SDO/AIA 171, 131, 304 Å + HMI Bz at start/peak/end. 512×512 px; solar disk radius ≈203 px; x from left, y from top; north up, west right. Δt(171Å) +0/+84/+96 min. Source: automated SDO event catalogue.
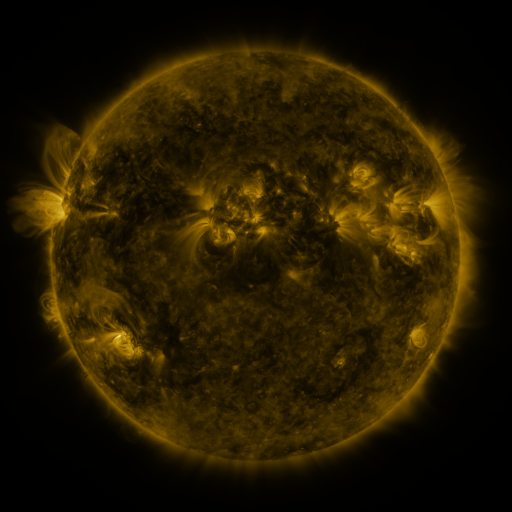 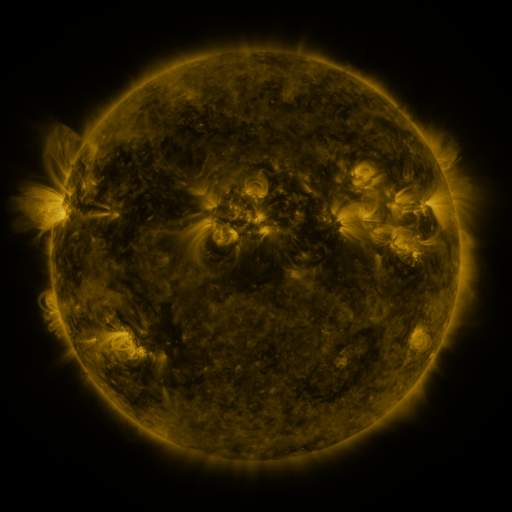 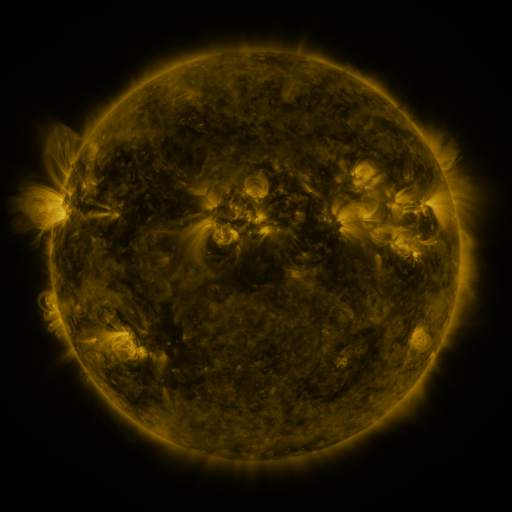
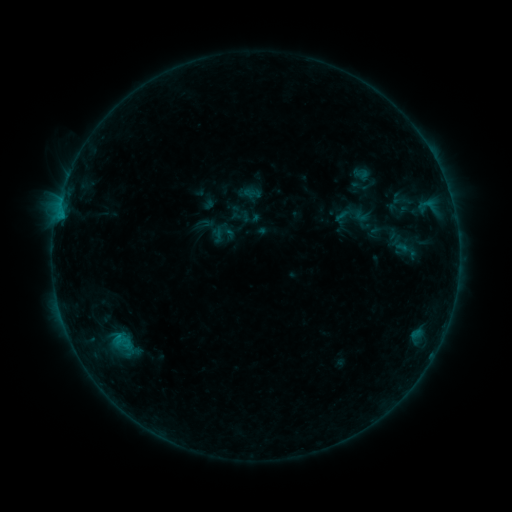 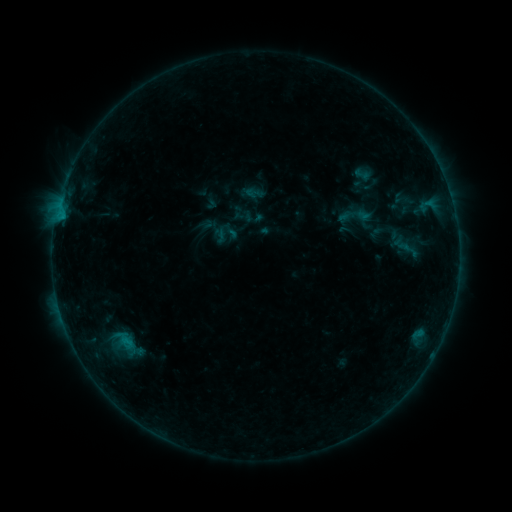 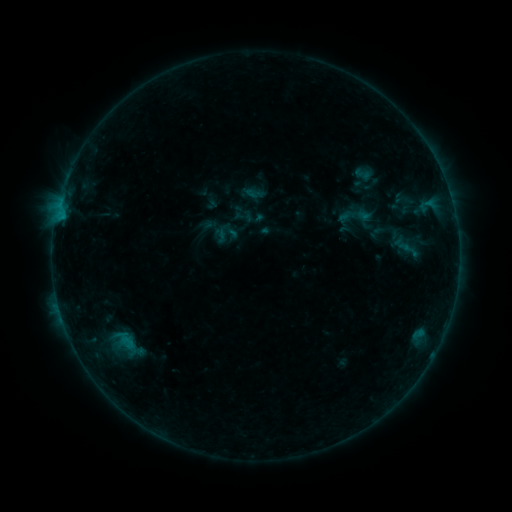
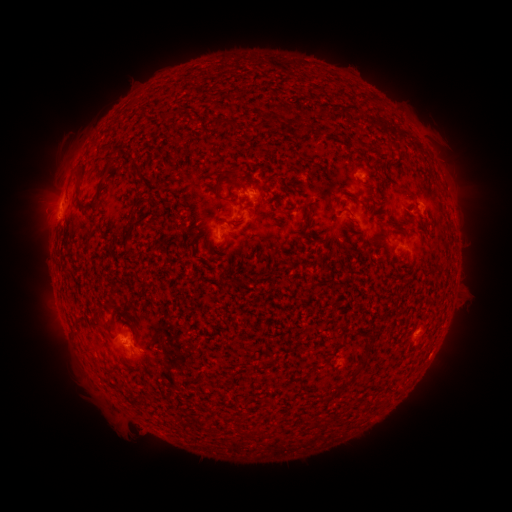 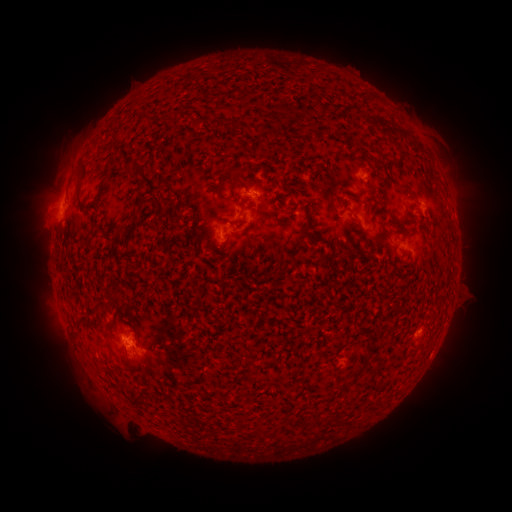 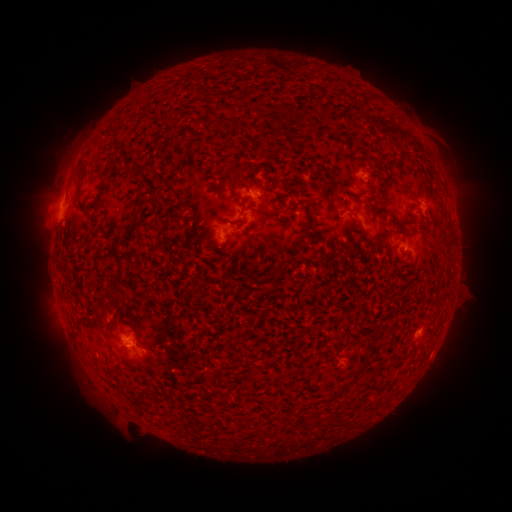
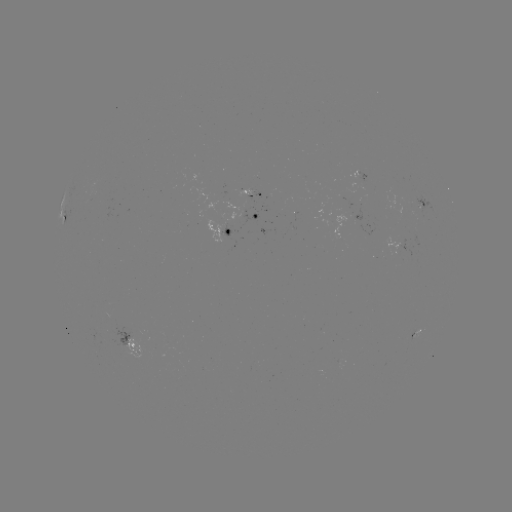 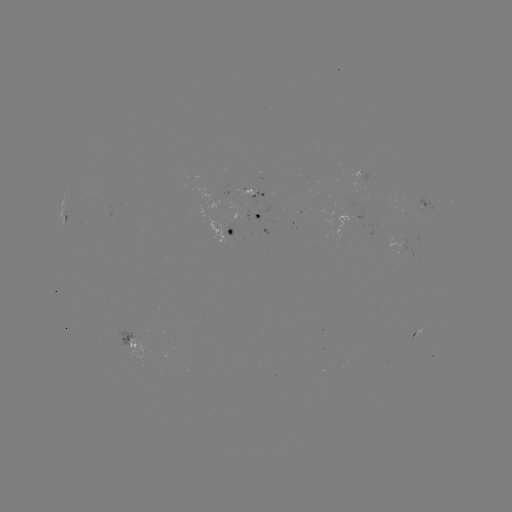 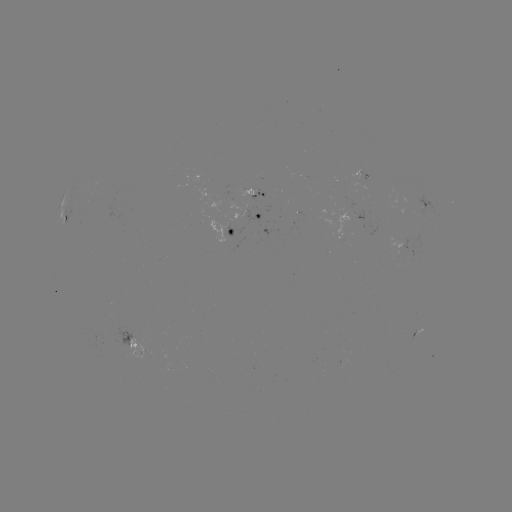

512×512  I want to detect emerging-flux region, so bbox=[235, 188, 258, 196].